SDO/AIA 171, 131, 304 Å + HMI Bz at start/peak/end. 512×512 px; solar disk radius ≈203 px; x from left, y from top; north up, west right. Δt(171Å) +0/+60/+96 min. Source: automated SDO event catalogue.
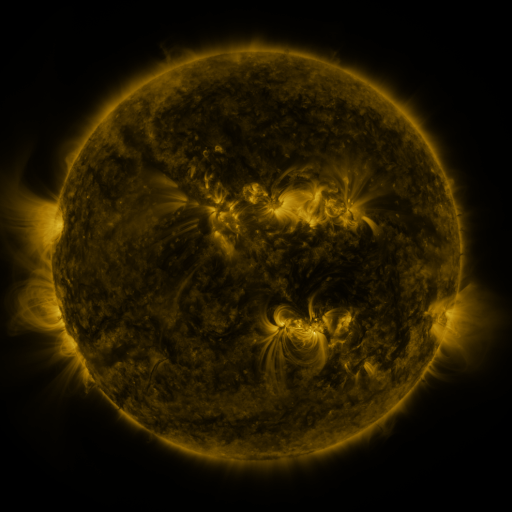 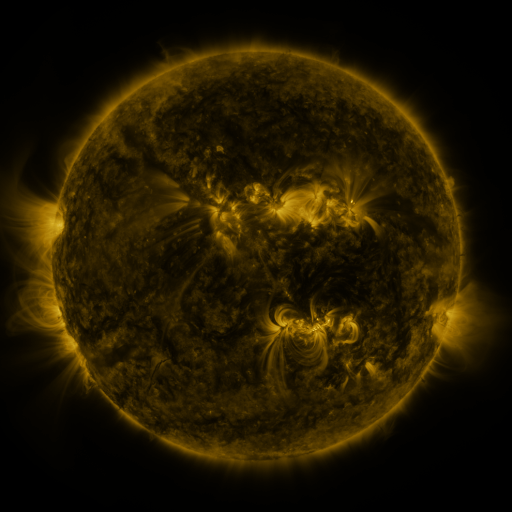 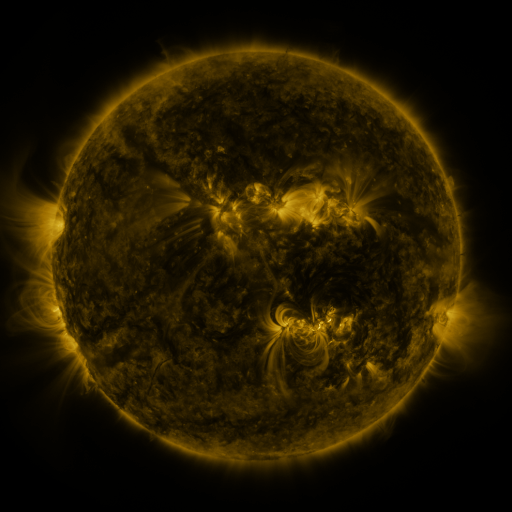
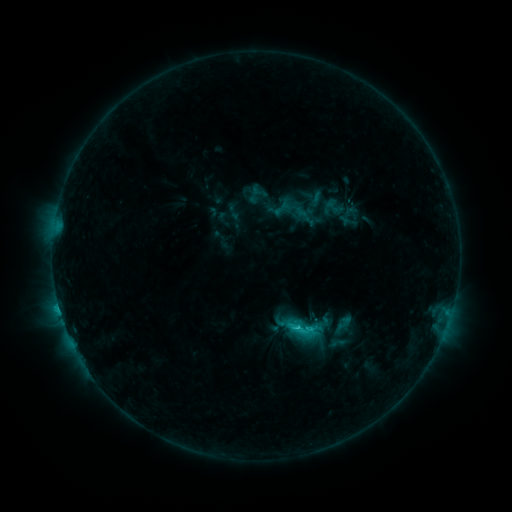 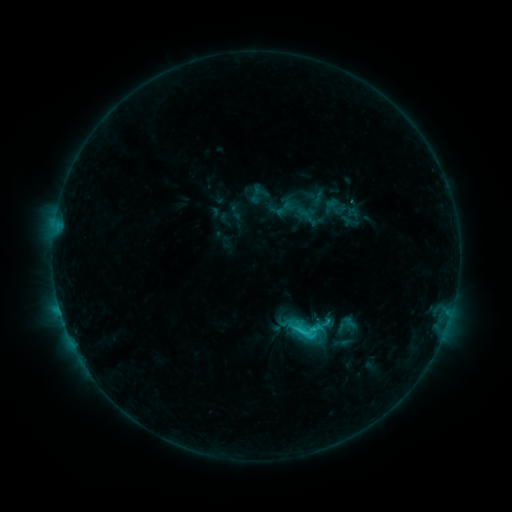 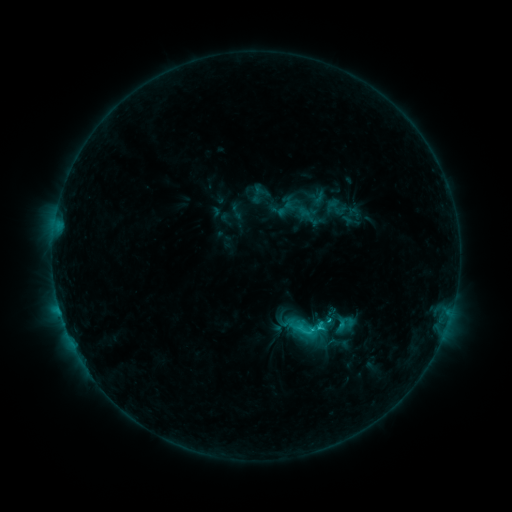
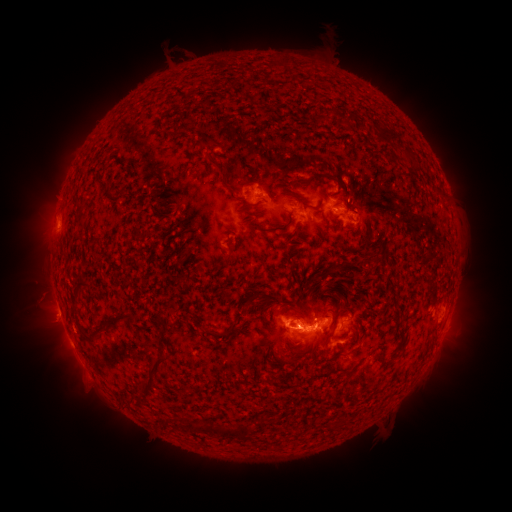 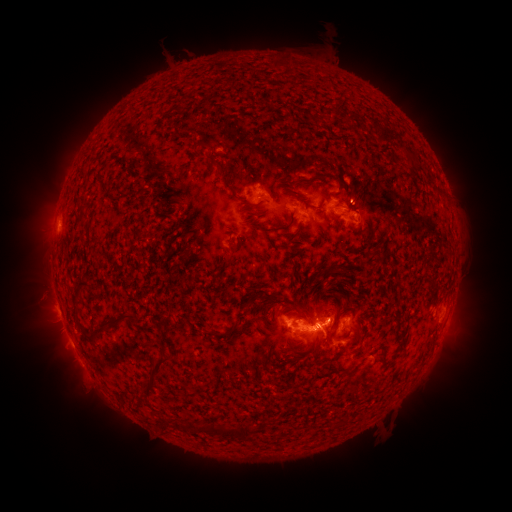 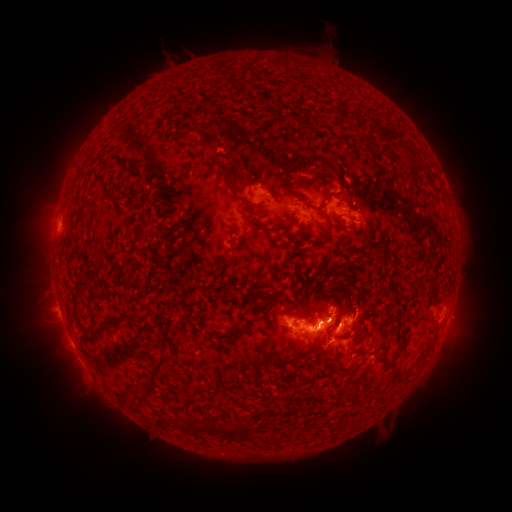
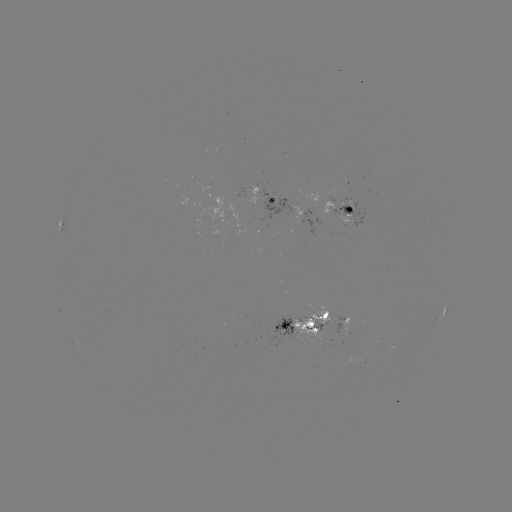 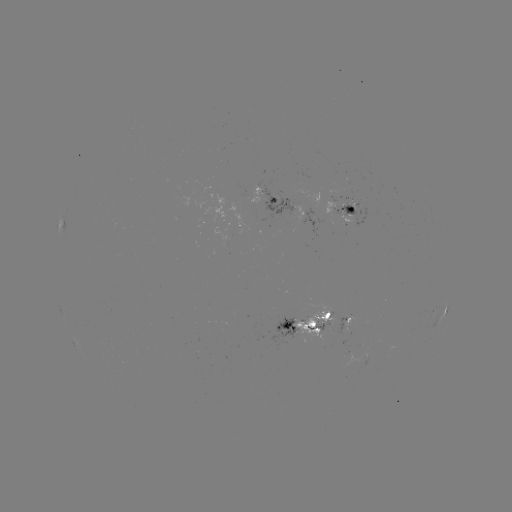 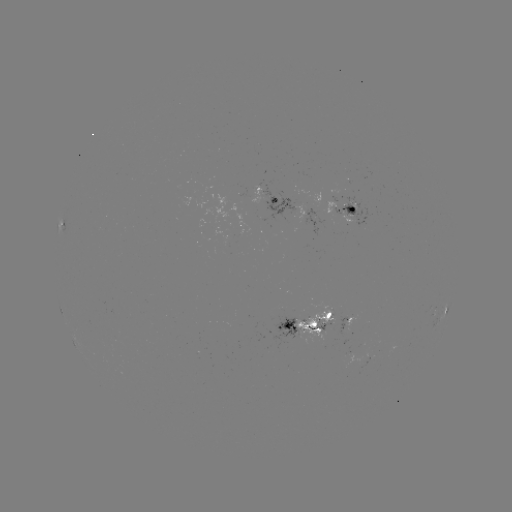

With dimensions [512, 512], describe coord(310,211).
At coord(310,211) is emerging-flux region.